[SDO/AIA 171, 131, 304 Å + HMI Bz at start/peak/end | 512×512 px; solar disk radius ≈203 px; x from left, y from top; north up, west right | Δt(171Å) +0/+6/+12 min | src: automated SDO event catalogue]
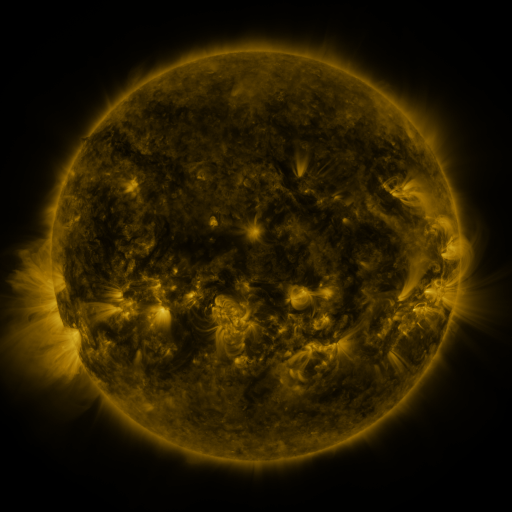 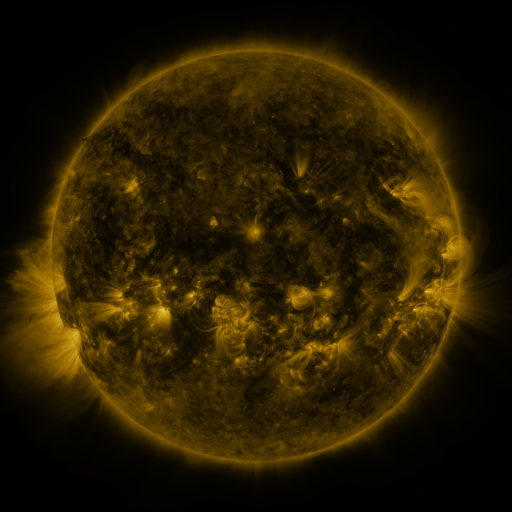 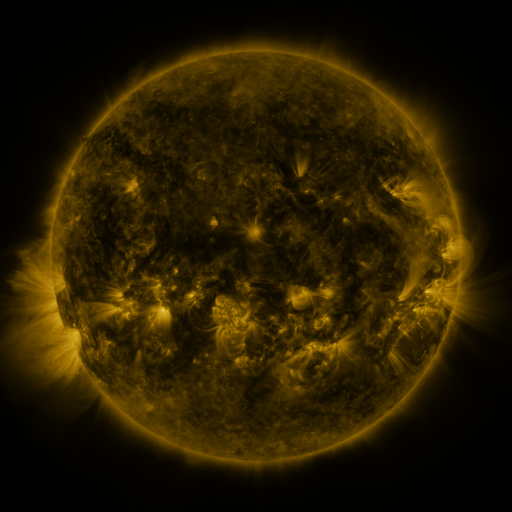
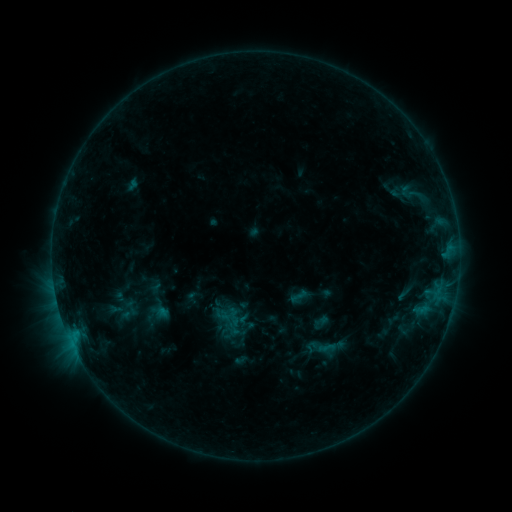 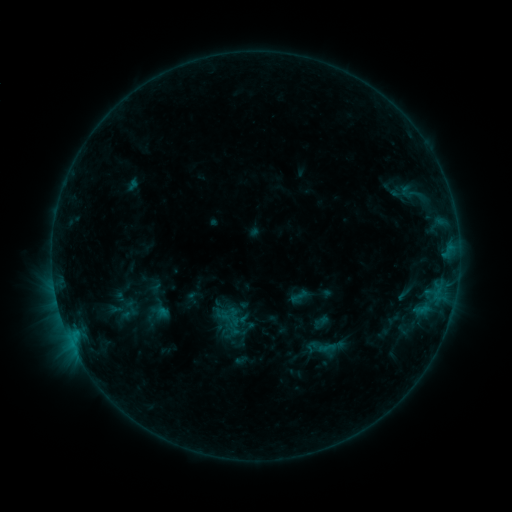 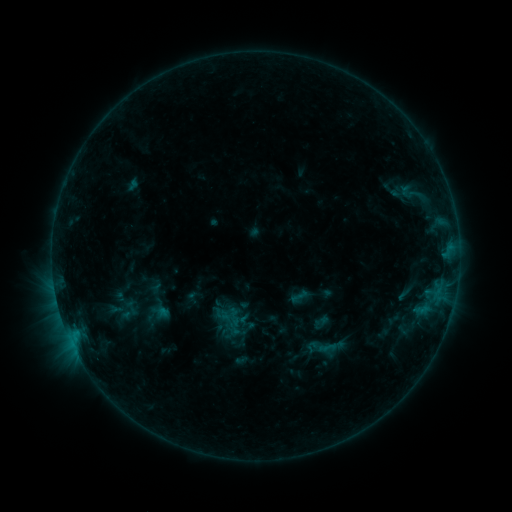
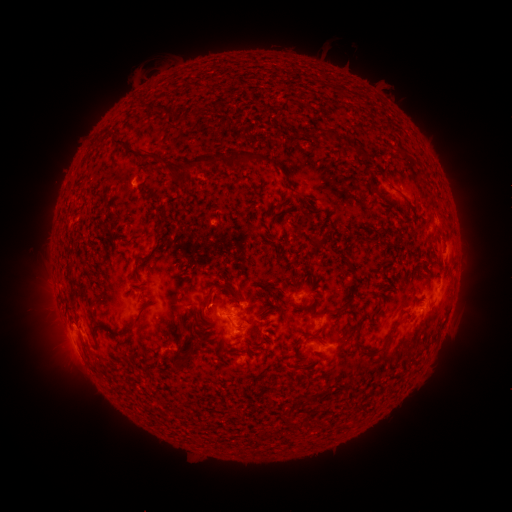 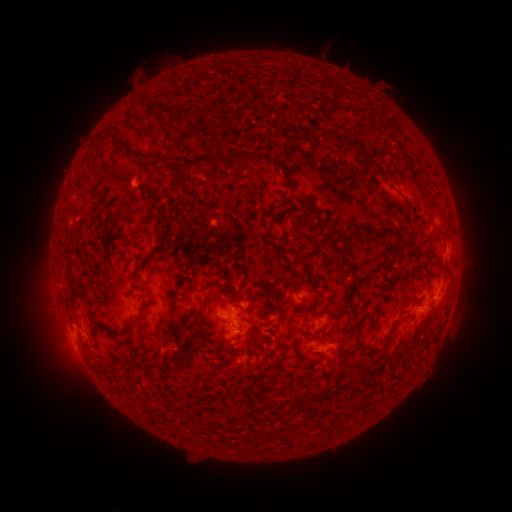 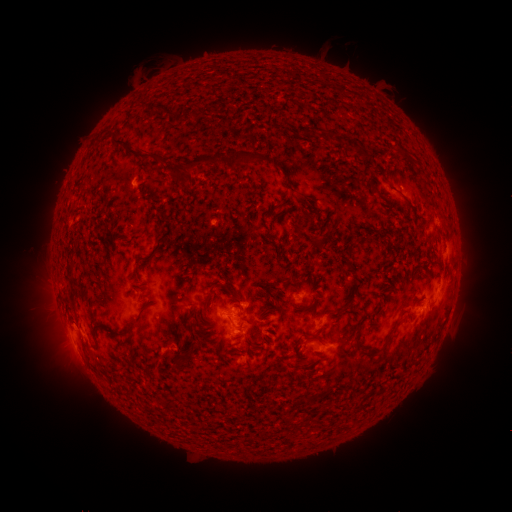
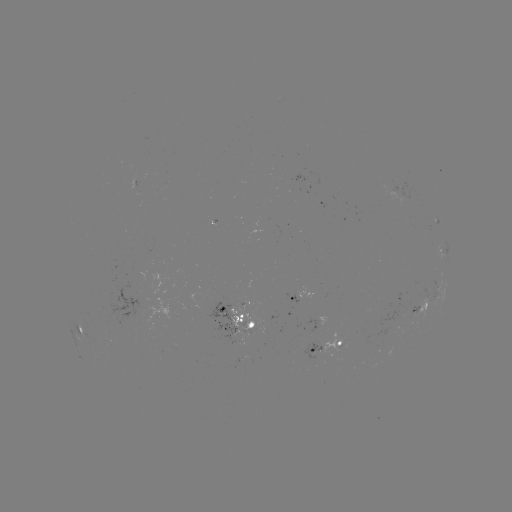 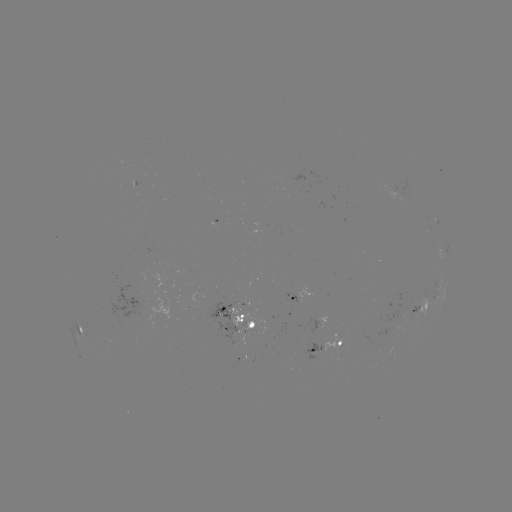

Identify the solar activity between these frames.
no flare in any classed list; no EUV-trigger detection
